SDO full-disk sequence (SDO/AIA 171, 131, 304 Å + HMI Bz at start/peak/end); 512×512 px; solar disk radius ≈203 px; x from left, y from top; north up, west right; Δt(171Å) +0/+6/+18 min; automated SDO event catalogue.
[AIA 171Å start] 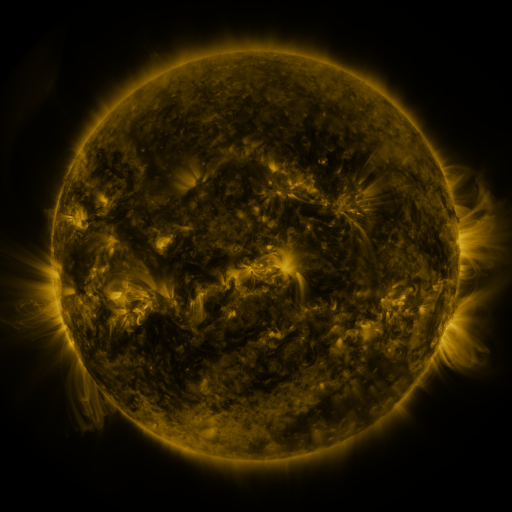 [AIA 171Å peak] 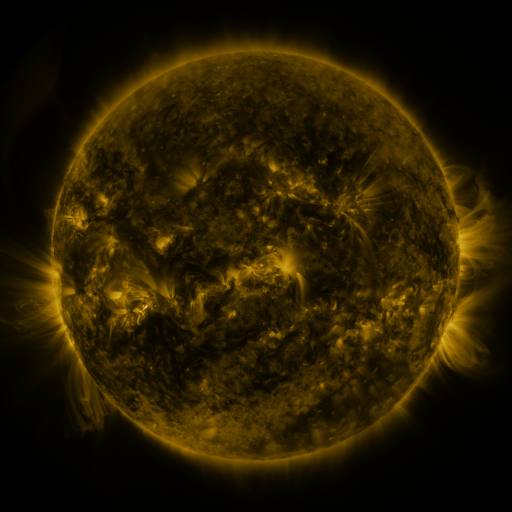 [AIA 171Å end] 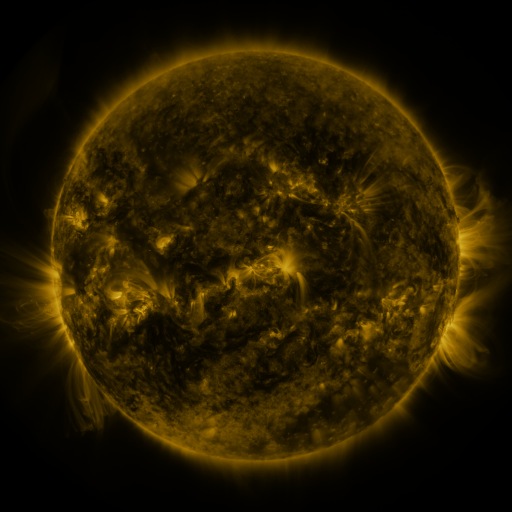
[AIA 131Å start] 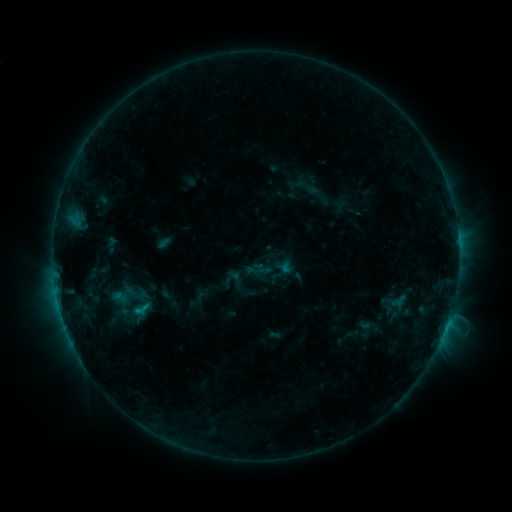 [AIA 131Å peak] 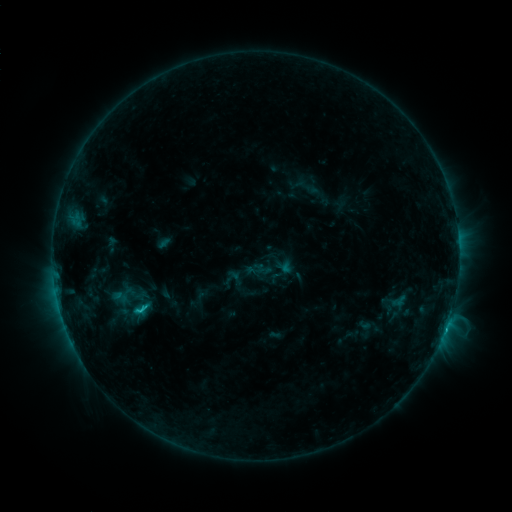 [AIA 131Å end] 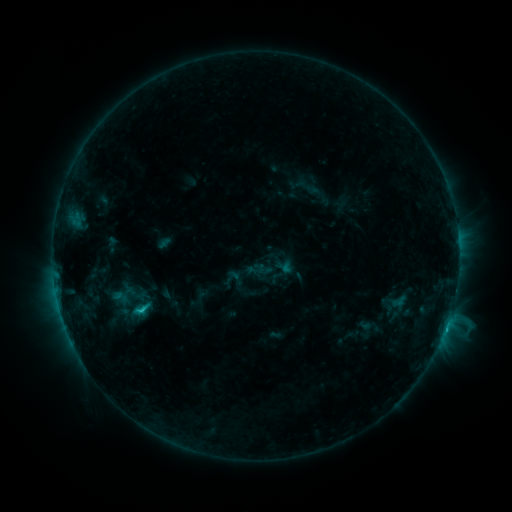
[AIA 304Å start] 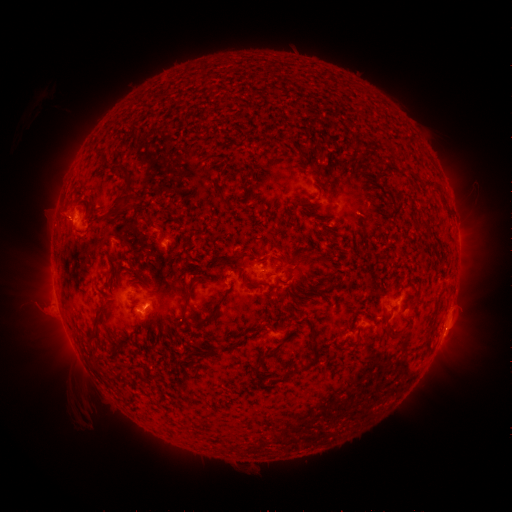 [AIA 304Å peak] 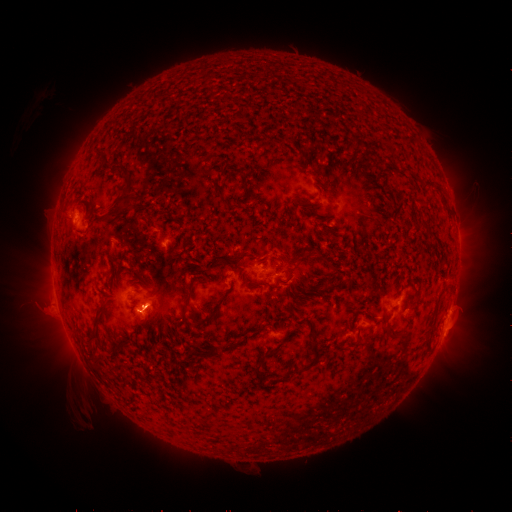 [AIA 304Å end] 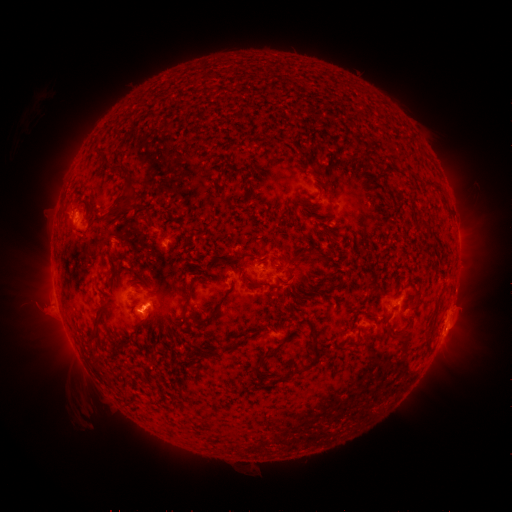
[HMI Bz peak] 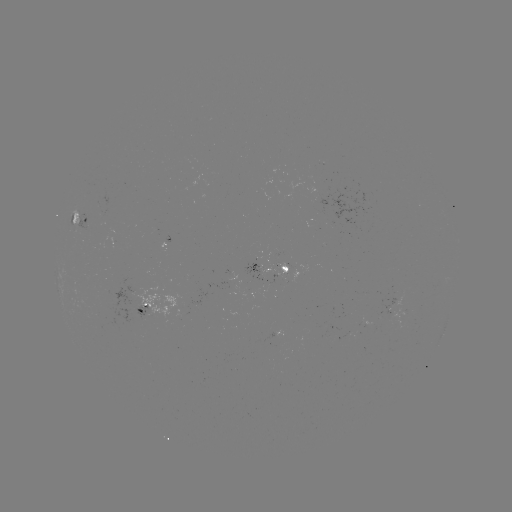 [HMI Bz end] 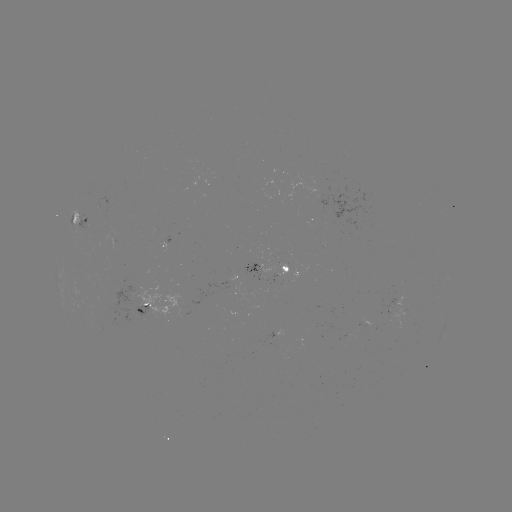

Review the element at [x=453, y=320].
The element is eruption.